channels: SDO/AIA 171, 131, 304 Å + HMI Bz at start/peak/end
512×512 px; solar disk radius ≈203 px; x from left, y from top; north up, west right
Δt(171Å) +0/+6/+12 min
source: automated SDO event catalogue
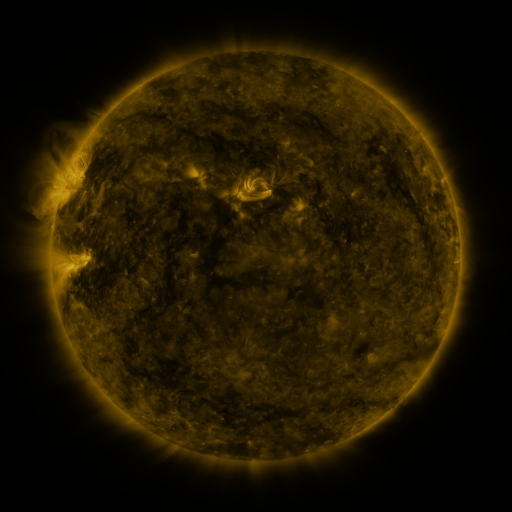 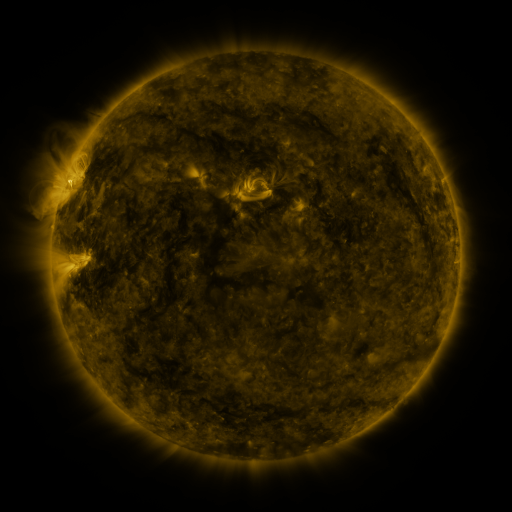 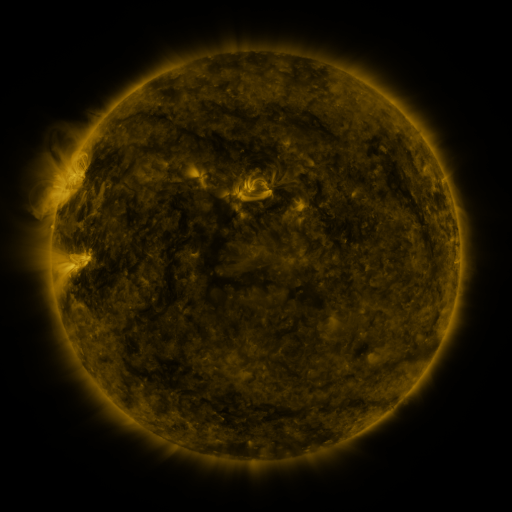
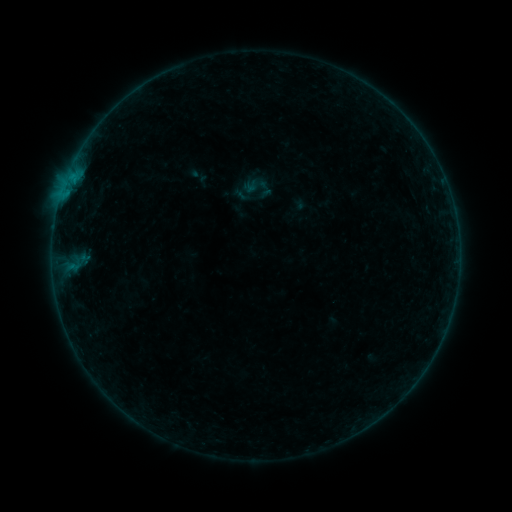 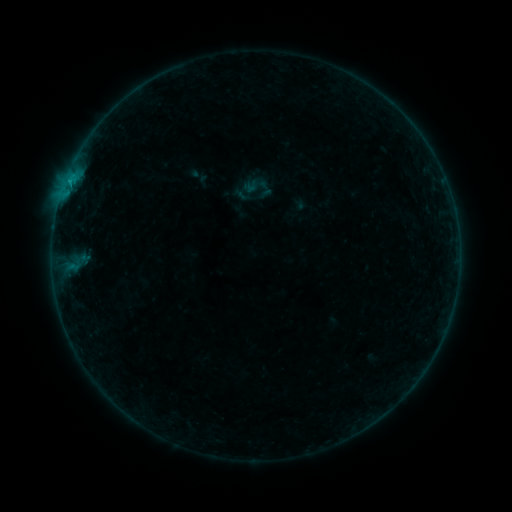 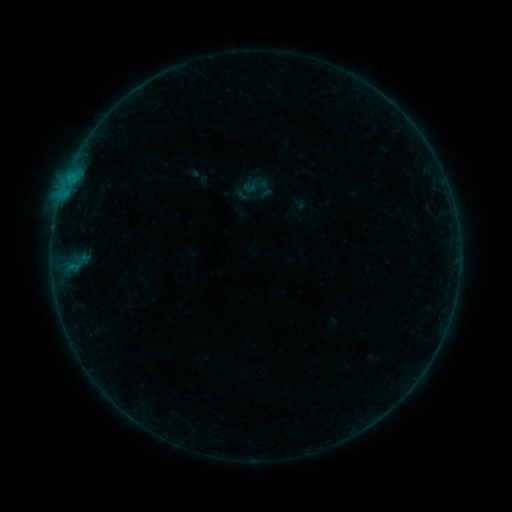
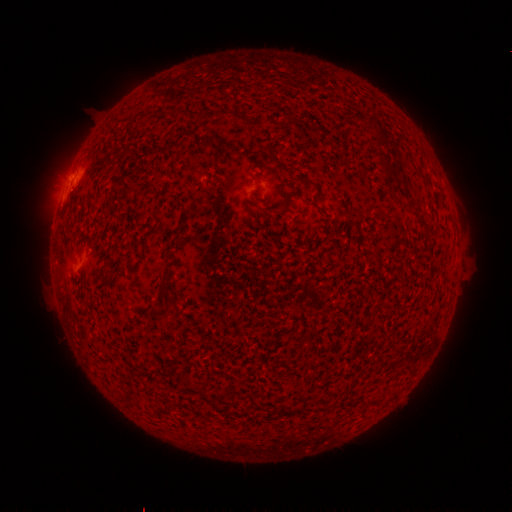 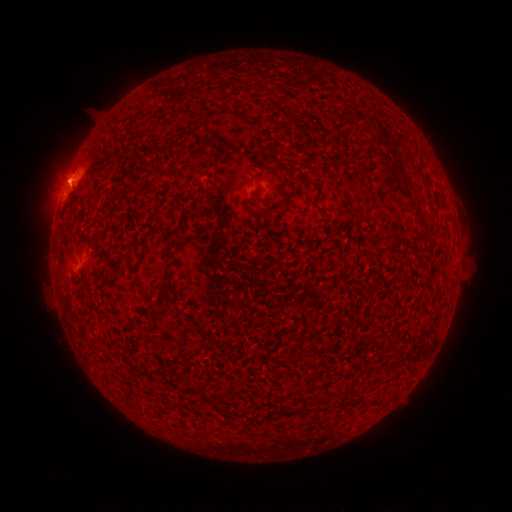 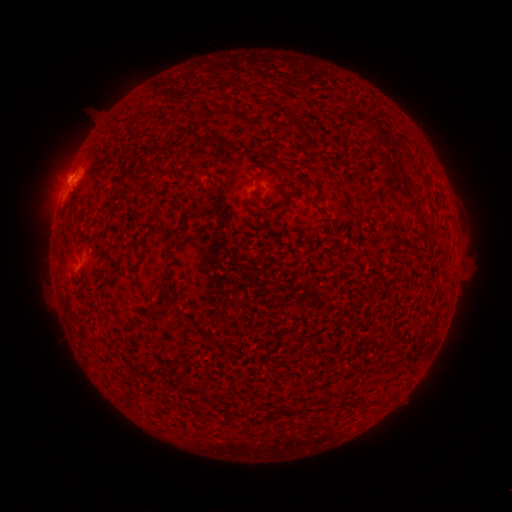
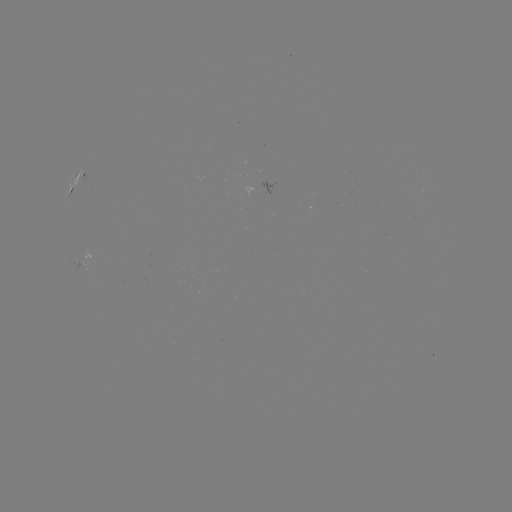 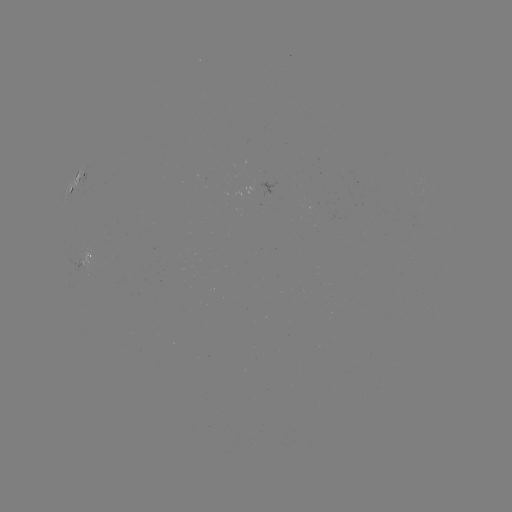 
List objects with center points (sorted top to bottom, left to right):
B3.7 flare: (69, 175)
